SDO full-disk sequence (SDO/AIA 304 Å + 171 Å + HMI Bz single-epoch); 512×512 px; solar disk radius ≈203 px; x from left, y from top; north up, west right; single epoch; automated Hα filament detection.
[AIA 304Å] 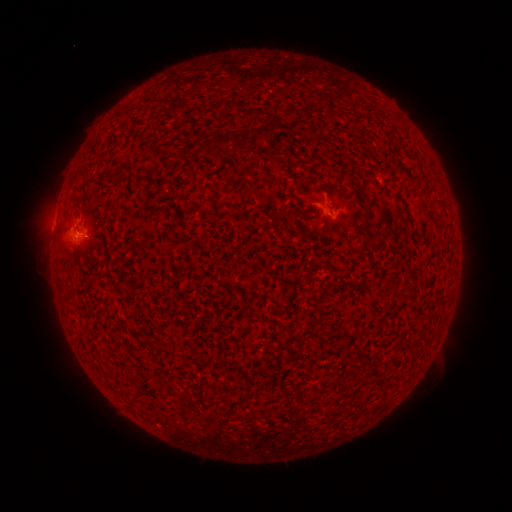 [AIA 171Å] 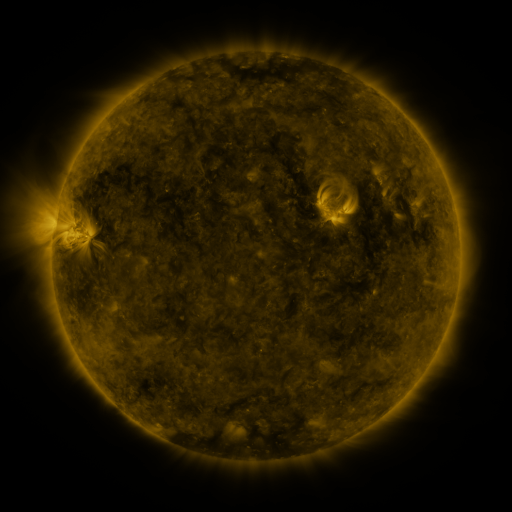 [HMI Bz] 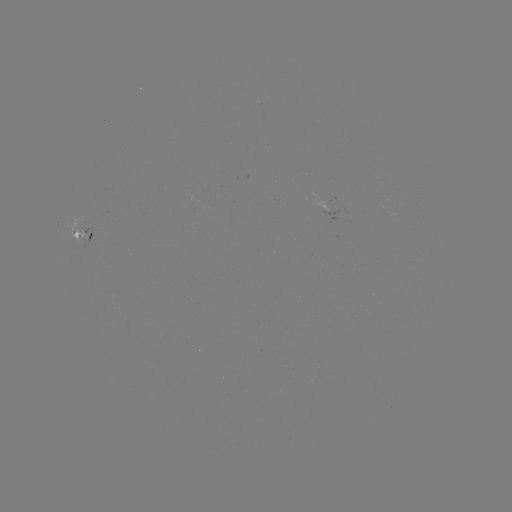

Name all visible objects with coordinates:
filament: (258, 133)
filament: (173, 390)
